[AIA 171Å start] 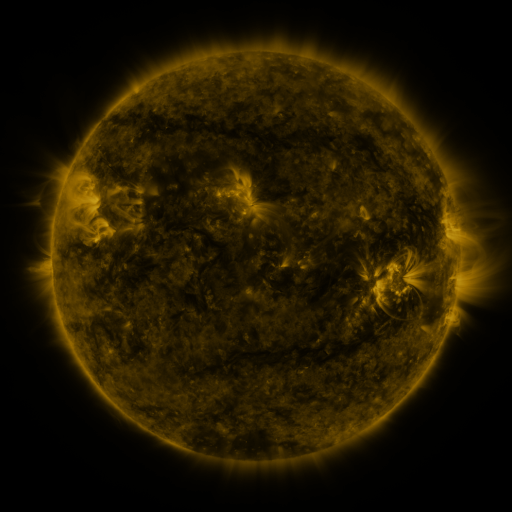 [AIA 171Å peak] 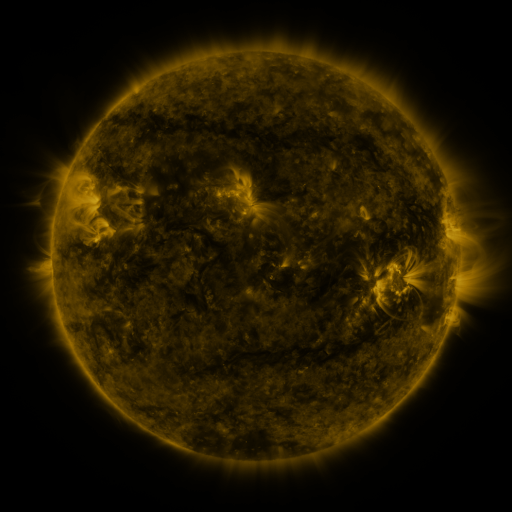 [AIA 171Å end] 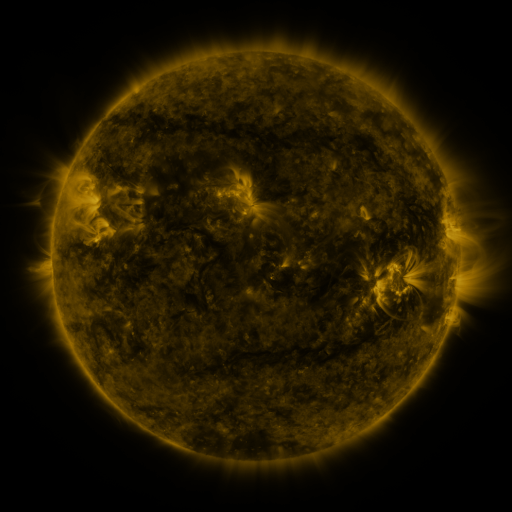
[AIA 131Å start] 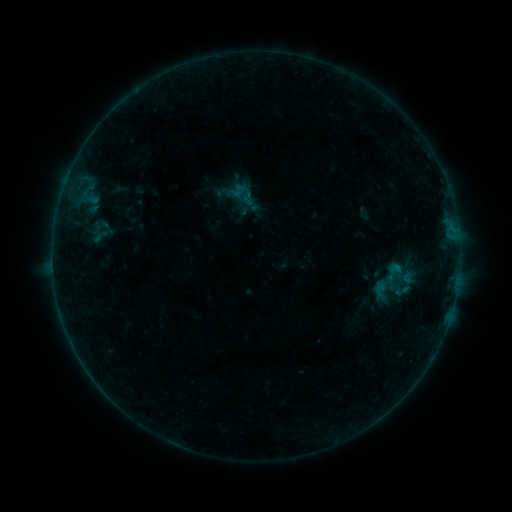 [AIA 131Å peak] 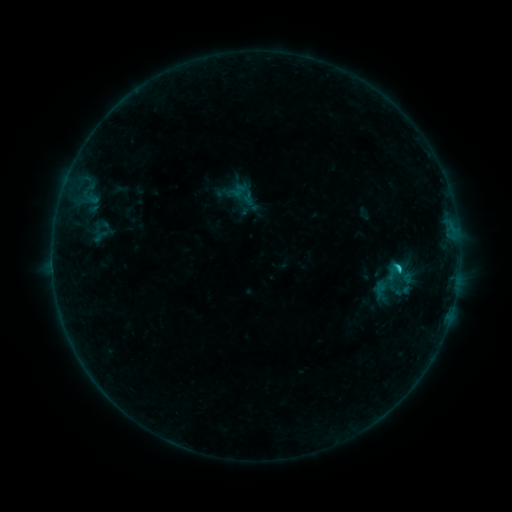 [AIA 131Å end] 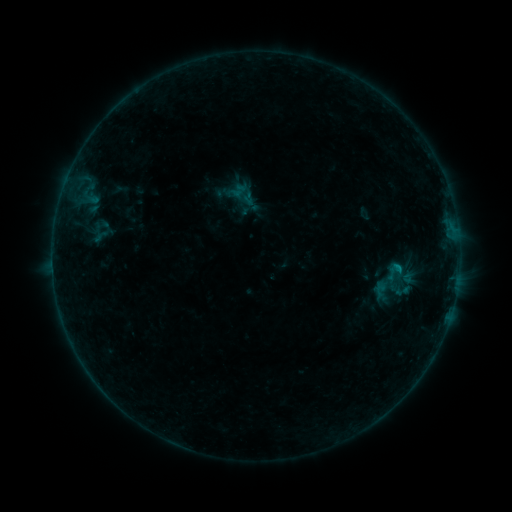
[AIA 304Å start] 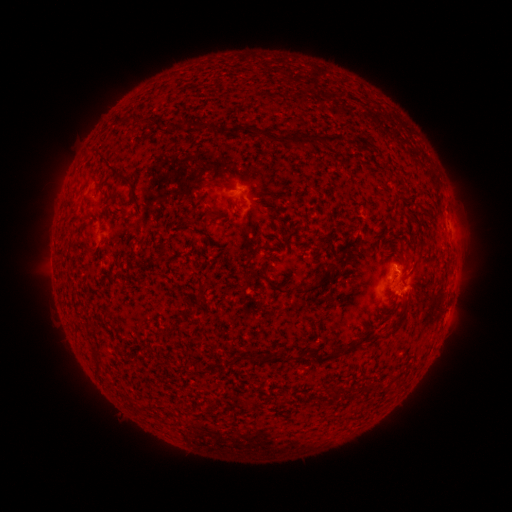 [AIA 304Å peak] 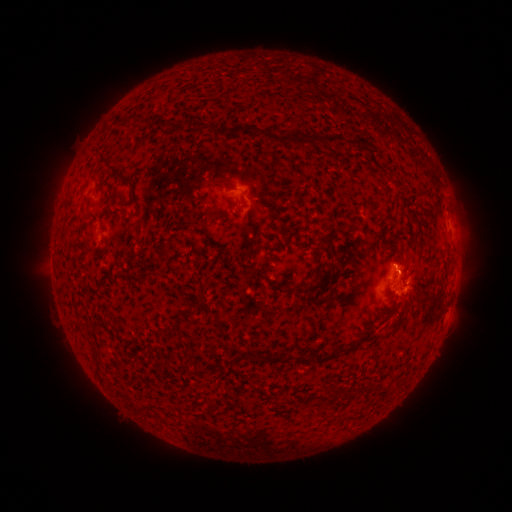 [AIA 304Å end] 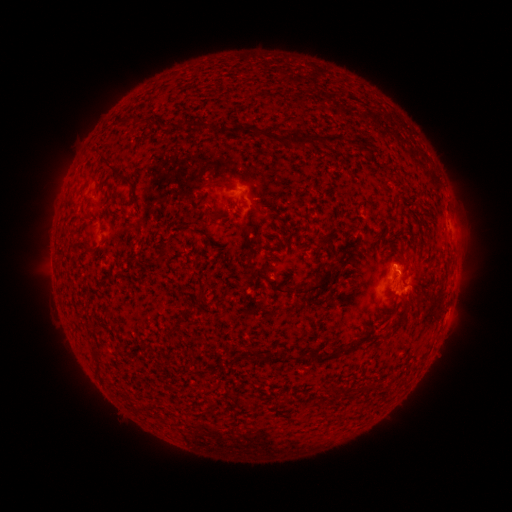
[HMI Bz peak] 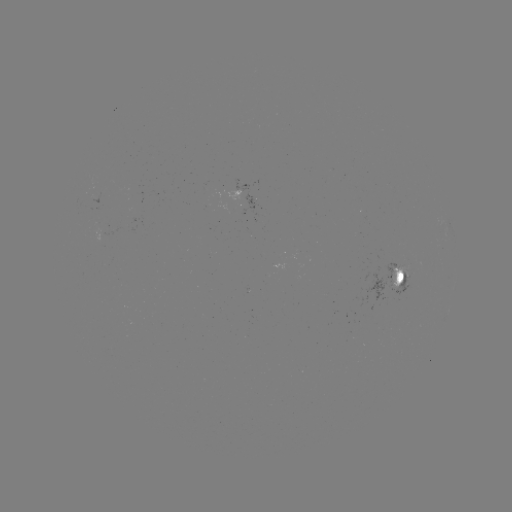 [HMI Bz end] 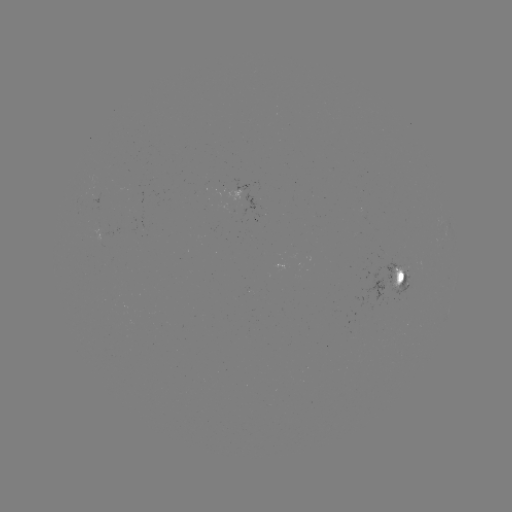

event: flare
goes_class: B6.9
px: (397, 266)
